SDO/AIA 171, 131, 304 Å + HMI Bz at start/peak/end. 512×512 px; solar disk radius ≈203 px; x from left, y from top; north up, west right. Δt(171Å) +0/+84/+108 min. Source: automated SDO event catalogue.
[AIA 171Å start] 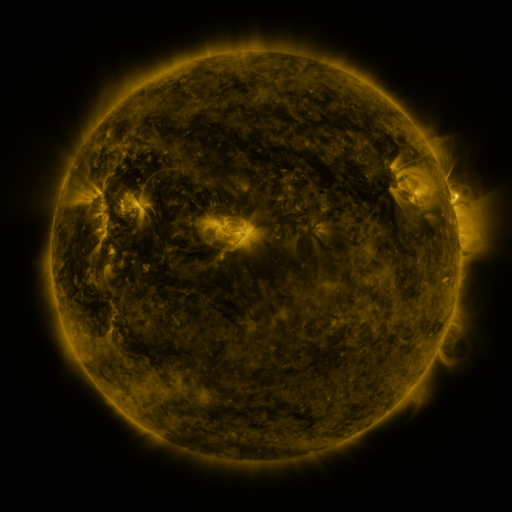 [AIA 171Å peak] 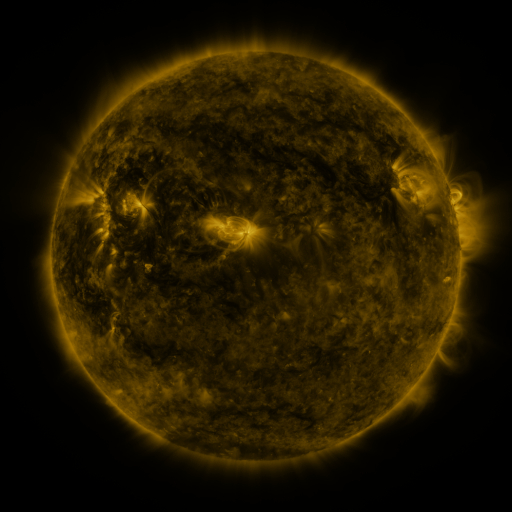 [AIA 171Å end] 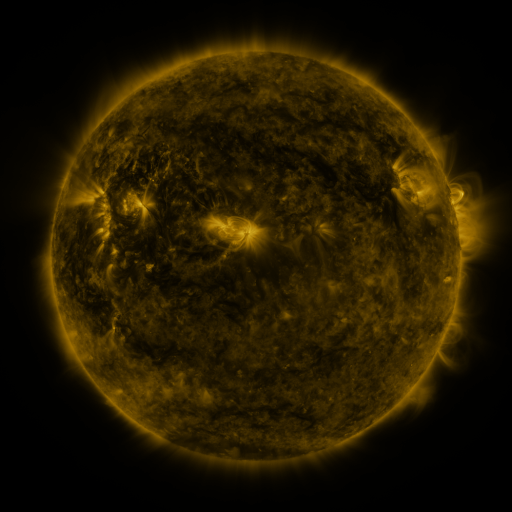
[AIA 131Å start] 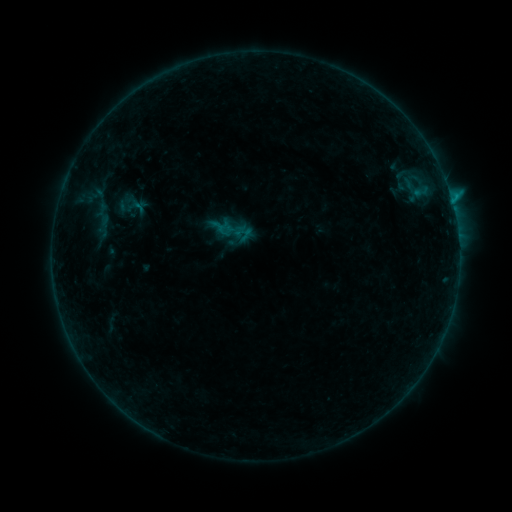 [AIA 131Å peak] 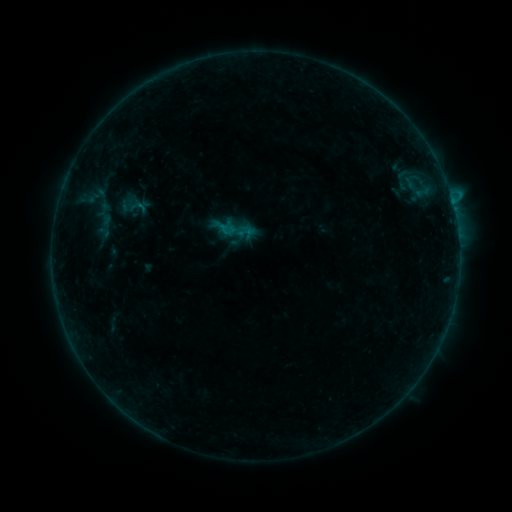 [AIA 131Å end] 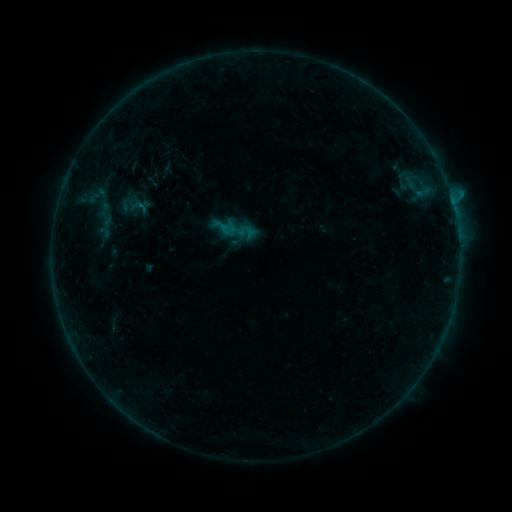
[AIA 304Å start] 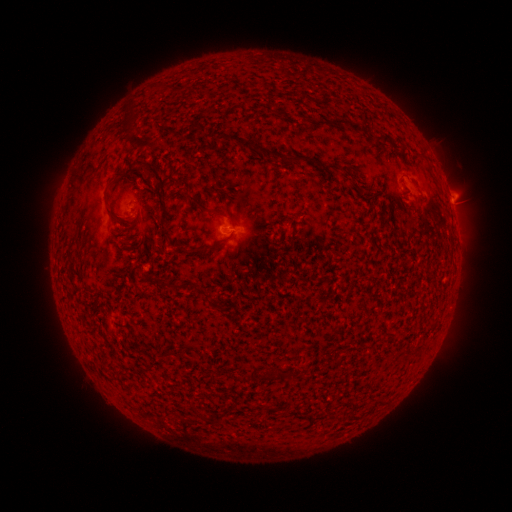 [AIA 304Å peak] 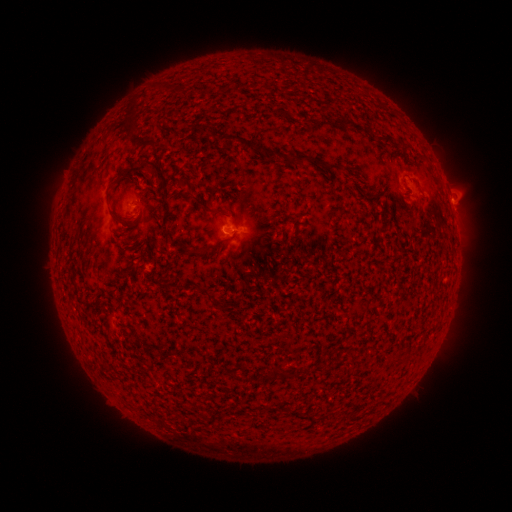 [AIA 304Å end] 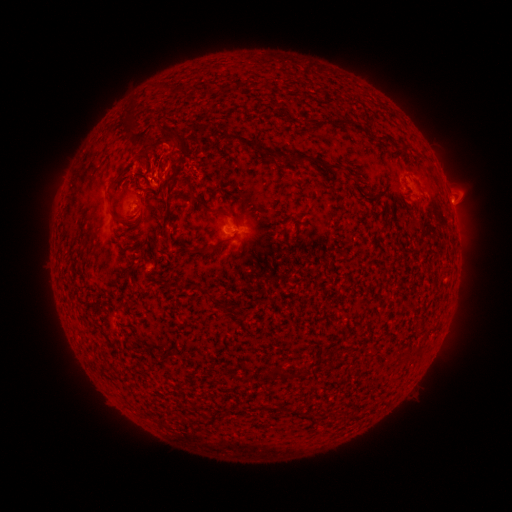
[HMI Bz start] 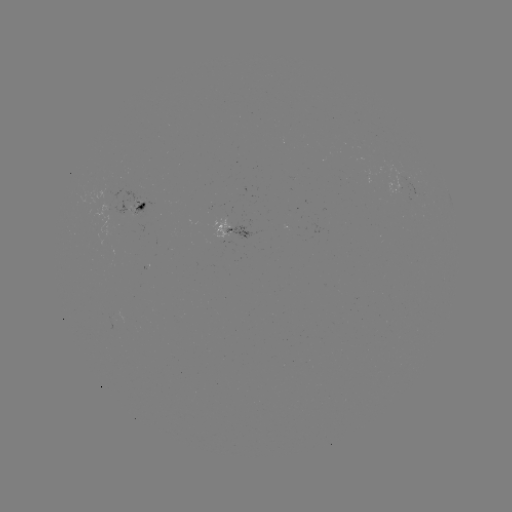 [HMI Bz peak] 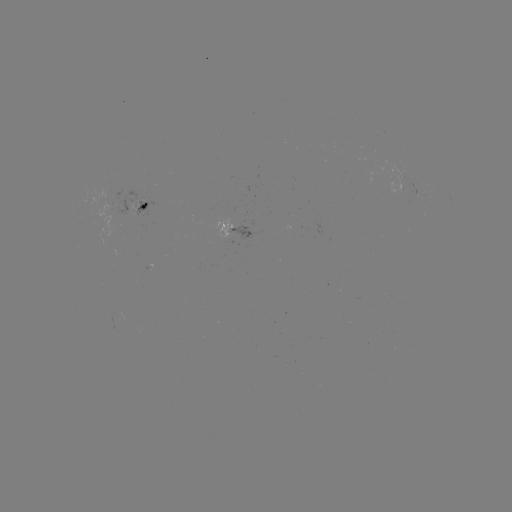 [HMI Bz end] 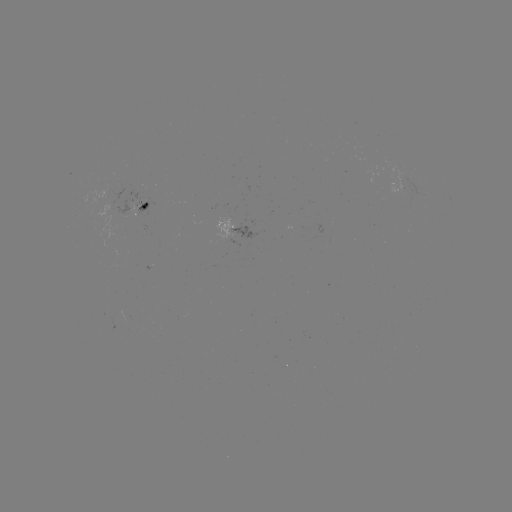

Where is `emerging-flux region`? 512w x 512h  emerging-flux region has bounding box [128, 199, 138, 217].